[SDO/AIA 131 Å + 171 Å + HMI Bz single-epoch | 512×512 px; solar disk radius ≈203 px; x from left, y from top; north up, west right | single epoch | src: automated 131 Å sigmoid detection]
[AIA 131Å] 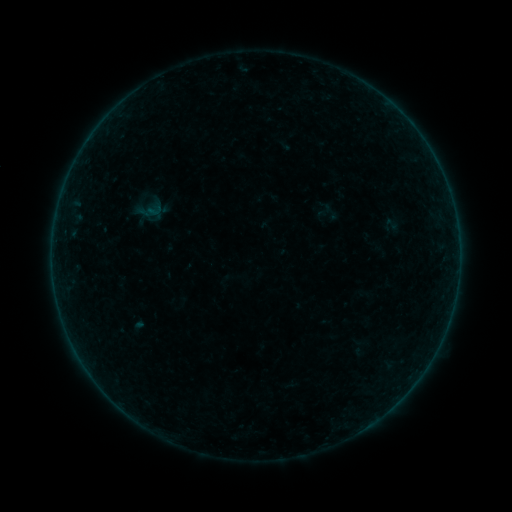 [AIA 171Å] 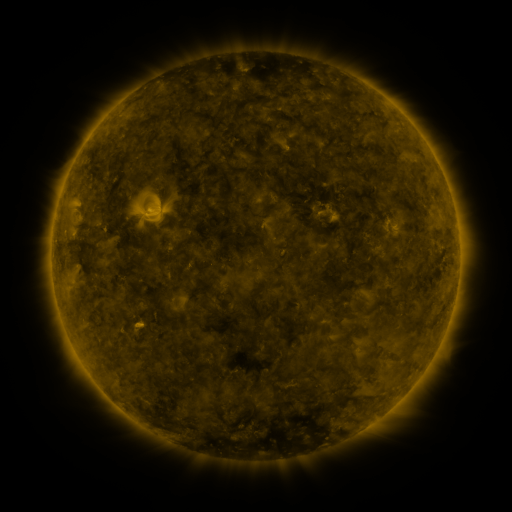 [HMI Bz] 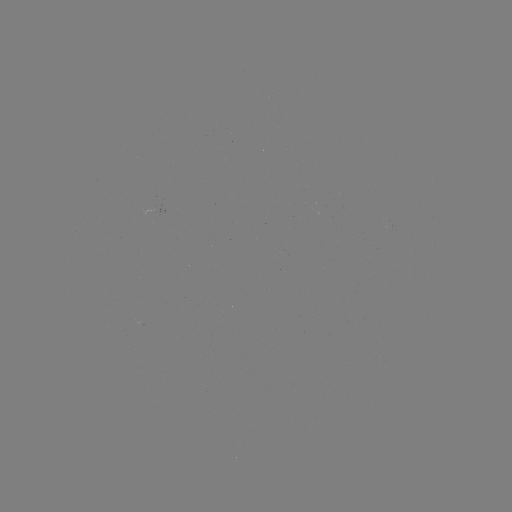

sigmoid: (319, 202, 341, 222)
